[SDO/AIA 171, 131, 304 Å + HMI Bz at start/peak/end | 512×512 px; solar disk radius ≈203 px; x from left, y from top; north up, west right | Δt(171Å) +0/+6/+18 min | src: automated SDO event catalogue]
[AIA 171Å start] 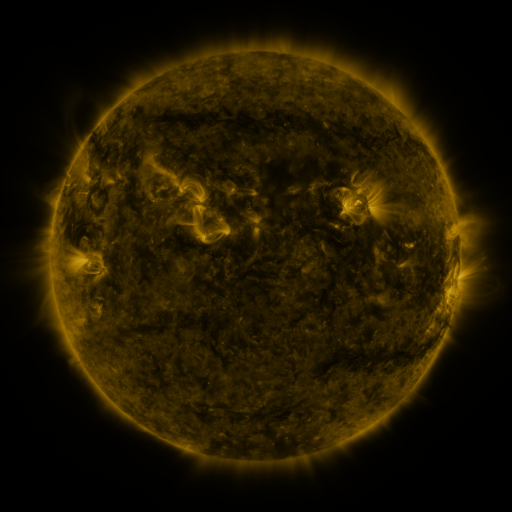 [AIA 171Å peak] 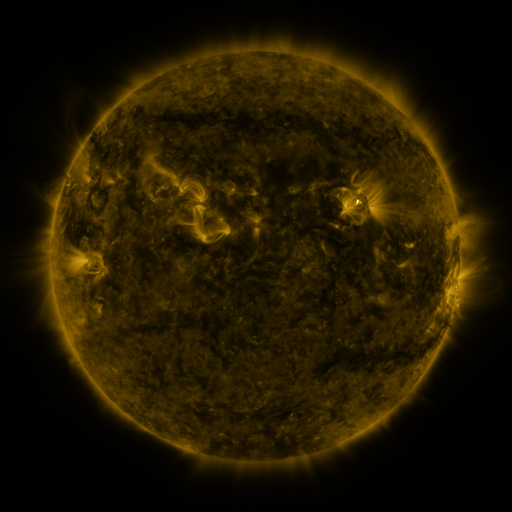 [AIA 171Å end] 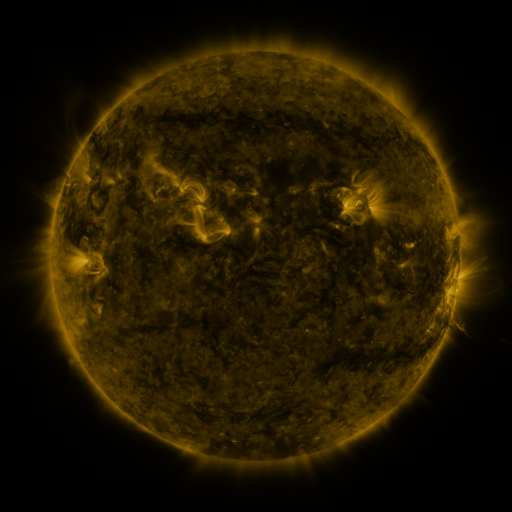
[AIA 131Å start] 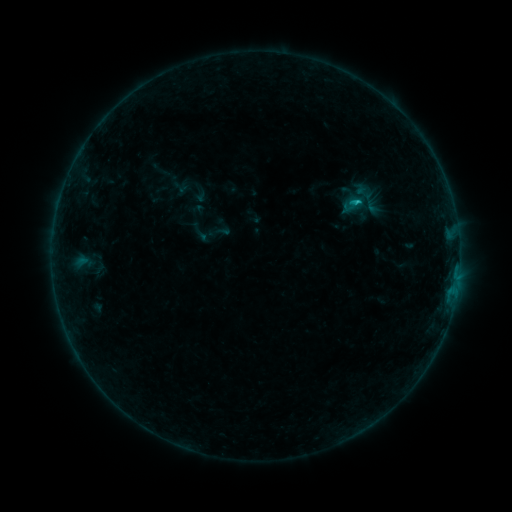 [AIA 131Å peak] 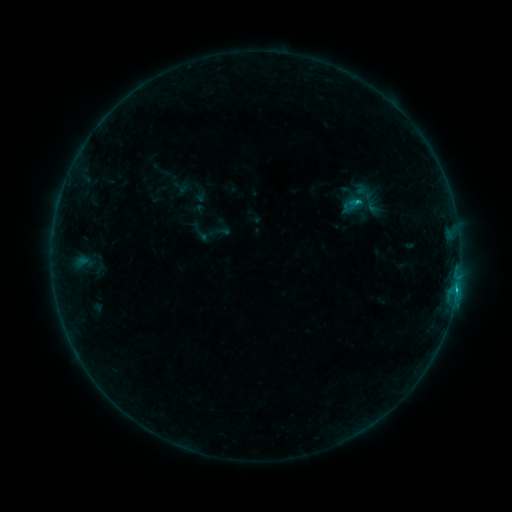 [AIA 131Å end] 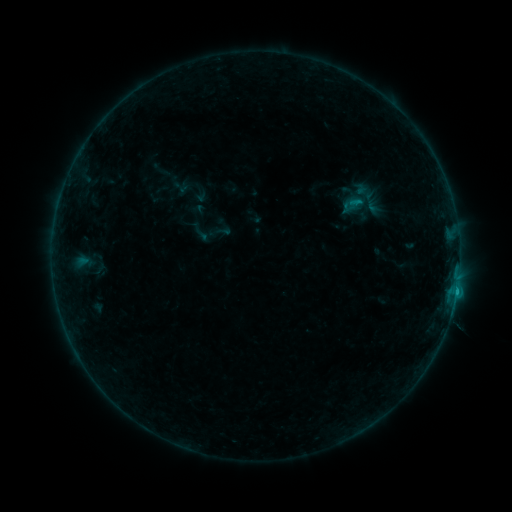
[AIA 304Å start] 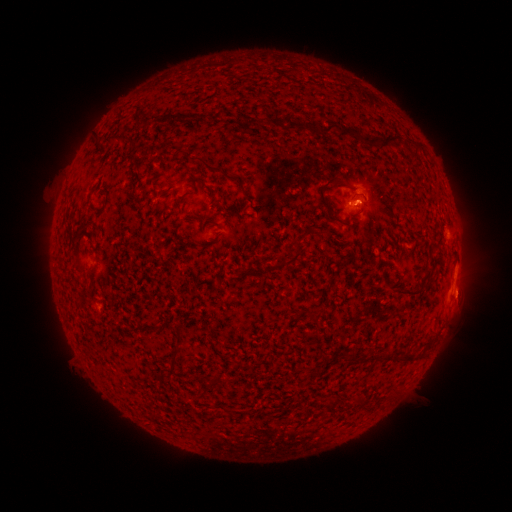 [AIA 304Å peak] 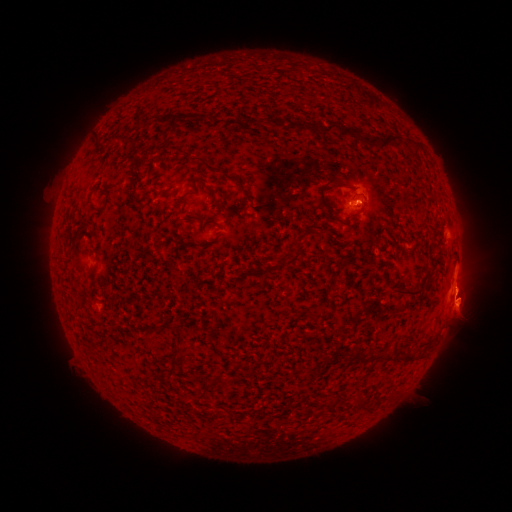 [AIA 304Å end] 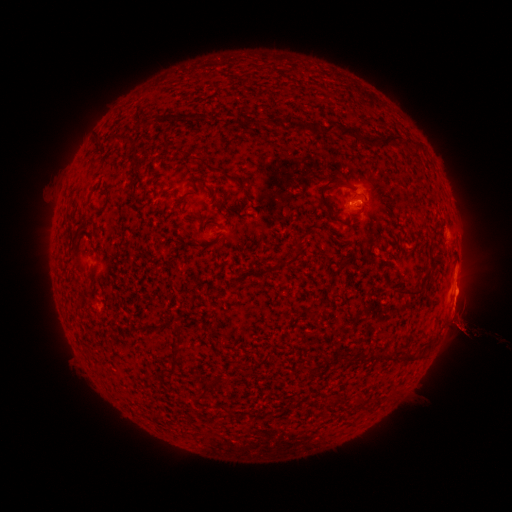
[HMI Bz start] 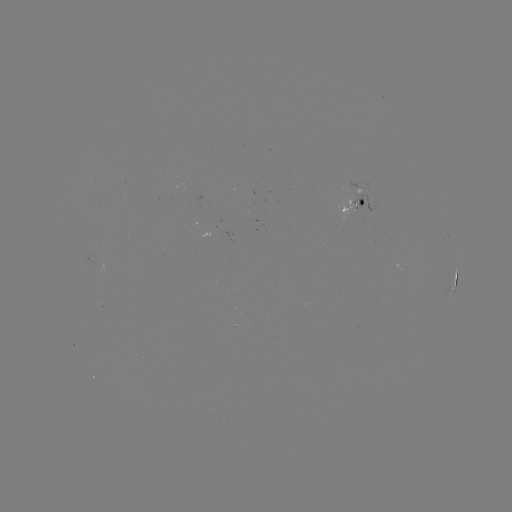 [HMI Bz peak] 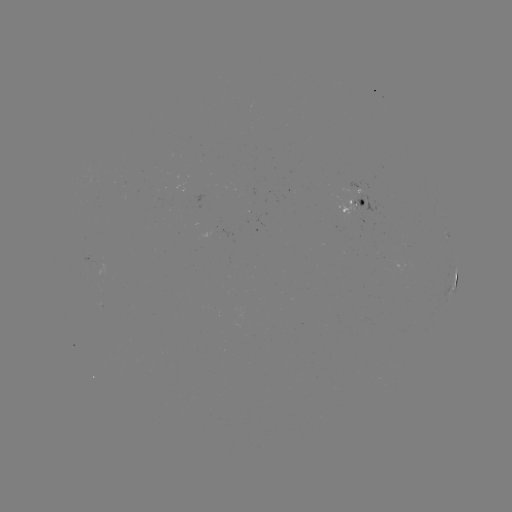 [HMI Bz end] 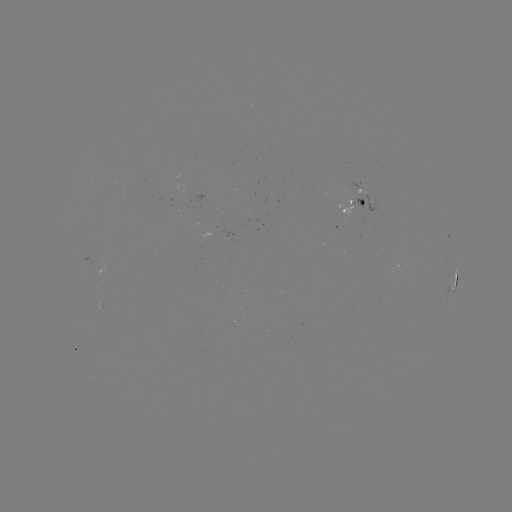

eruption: (427, 273, 488, 369)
